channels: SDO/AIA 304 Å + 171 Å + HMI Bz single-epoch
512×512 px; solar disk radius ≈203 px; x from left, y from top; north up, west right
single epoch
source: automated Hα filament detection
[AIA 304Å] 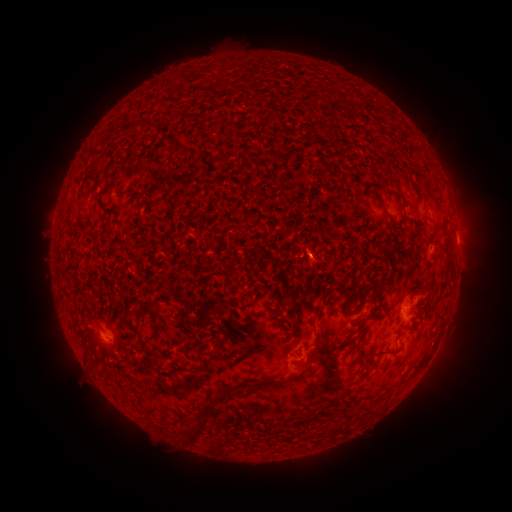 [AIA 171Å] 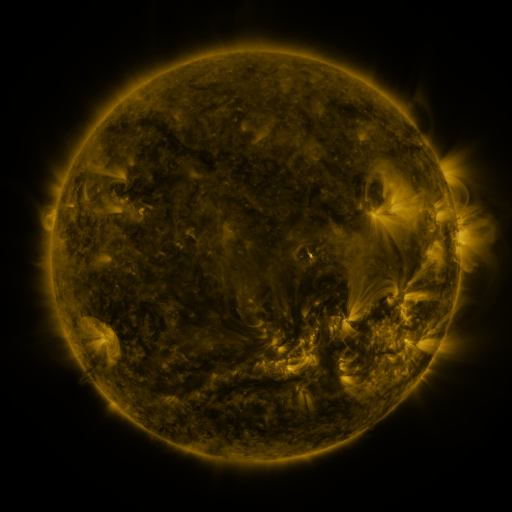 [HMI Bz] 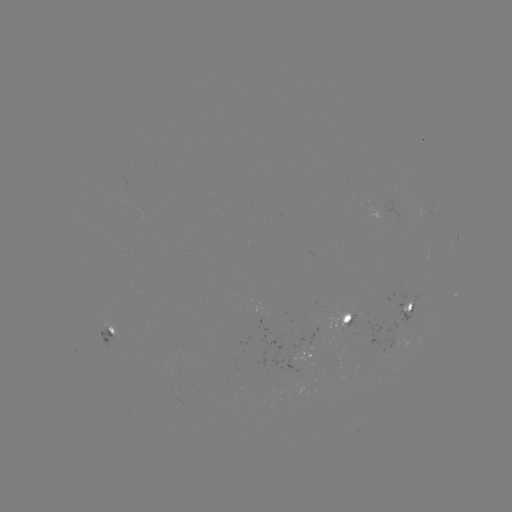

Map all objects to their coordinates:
filament: [173, 139, 184, 149]
filament: [373, 196, 384, 209]
filament: [314, 287, 337, 323]
filament: [338, 303, 346, 316]
filament: [406, 304, 413, 314]
filament: [122, 307, 131, 319]
filament: [269, 307, 281, 316]
filament: [352, 320, 362, 326]
filament: [140, 323, 162, 346]
filament: [106, 325, 115, 333]
filament: [304, 342, 321, 363]
filament: [83, 345, 91, 355]
filament: [198, 352, 216, 371]
filament: [288, 375, 301, 382]
filament: [237, 381, 257, 397]
filament: [184, 417, 207, 442]
